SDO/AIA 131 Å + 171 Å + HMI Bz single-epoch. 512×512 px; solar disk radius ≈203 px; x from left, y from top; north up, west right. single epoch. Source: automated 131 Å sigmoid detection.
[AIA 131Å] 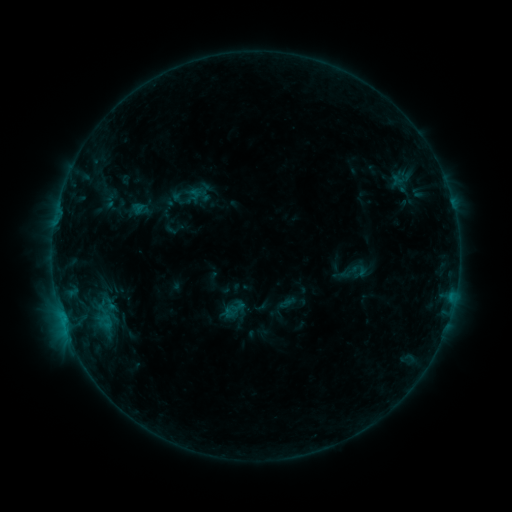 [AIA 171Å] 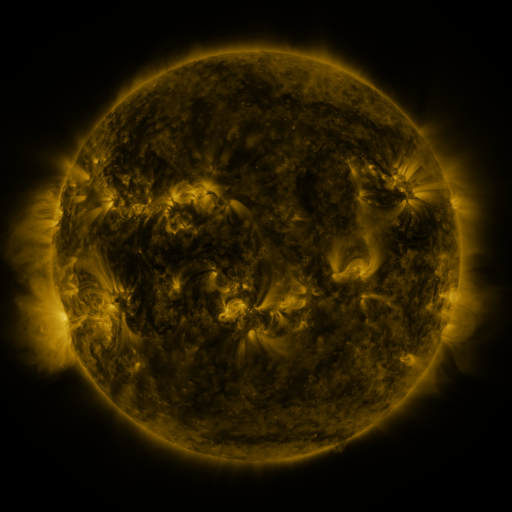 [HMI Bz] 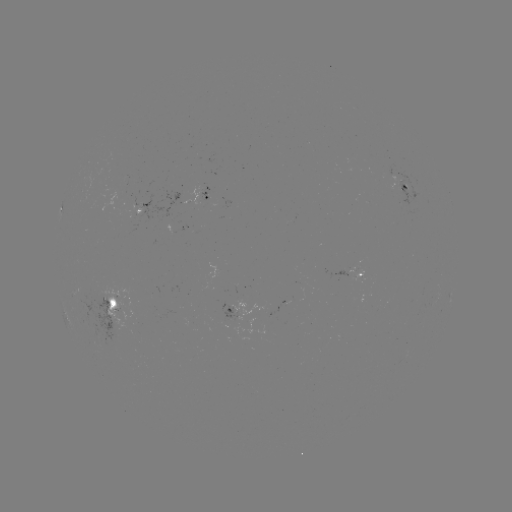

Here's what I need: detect sigmoid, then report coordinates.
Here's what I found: sigmoid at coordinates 353,272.